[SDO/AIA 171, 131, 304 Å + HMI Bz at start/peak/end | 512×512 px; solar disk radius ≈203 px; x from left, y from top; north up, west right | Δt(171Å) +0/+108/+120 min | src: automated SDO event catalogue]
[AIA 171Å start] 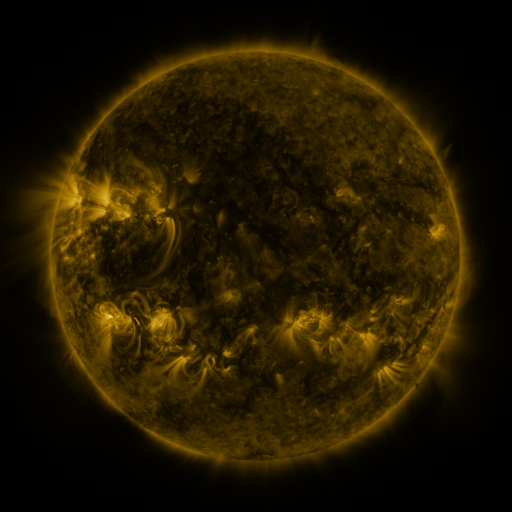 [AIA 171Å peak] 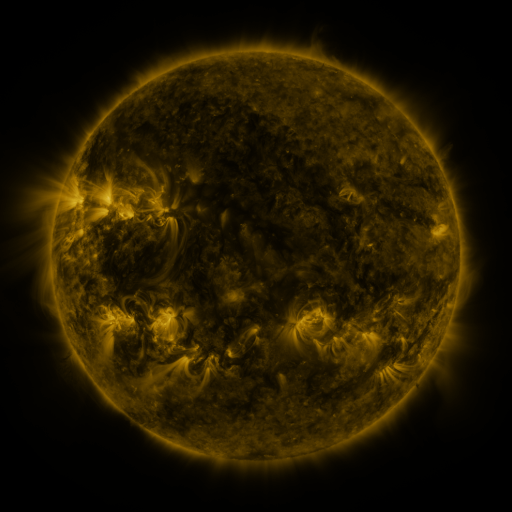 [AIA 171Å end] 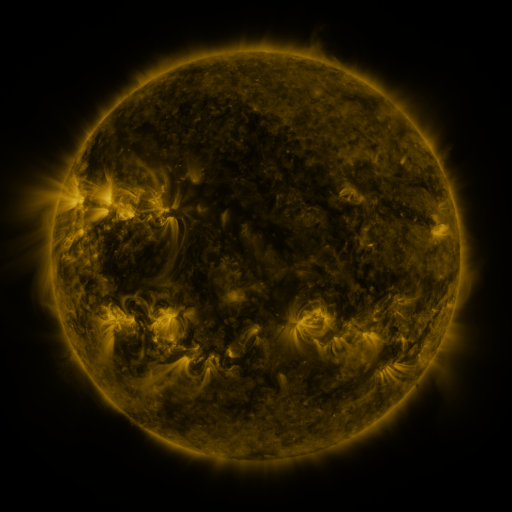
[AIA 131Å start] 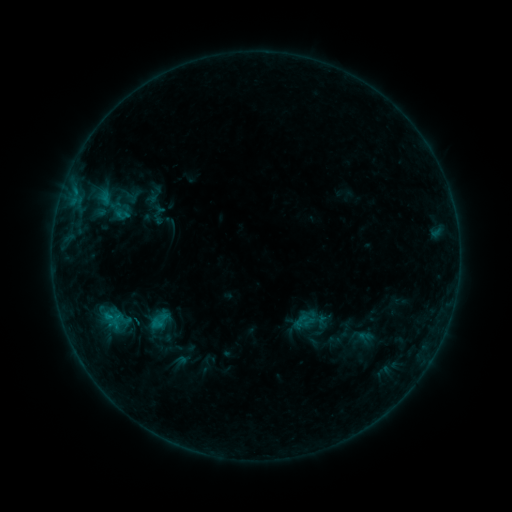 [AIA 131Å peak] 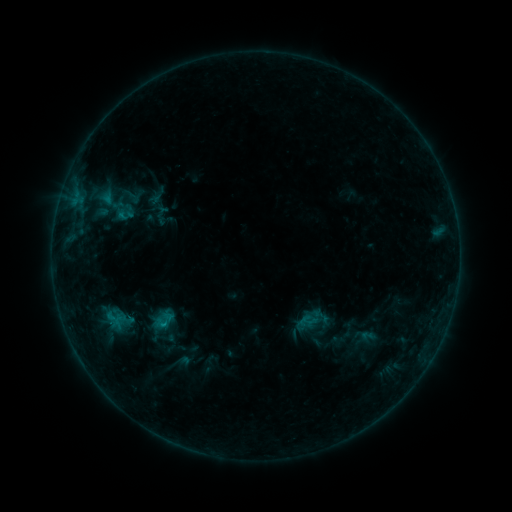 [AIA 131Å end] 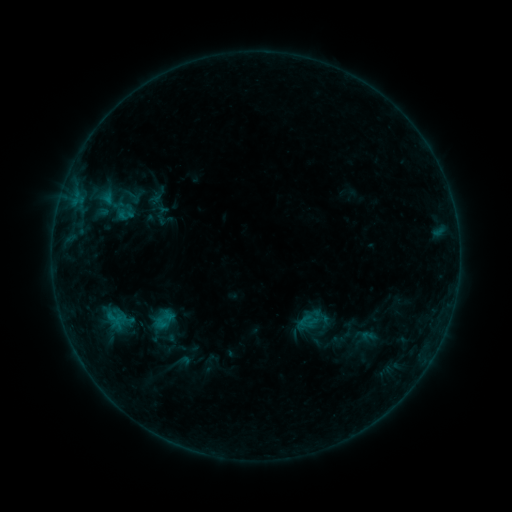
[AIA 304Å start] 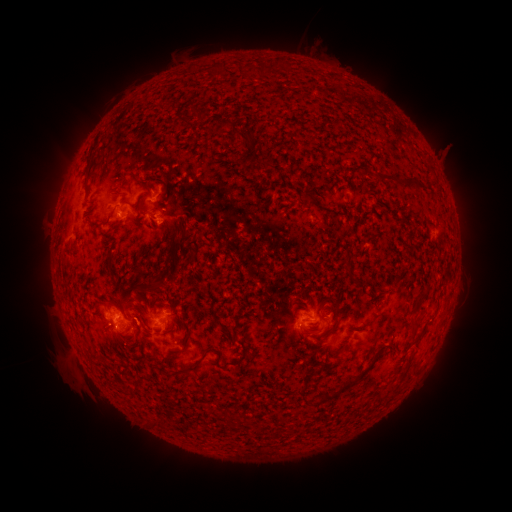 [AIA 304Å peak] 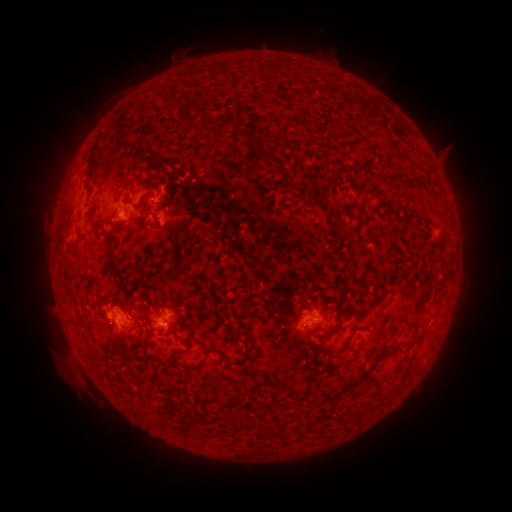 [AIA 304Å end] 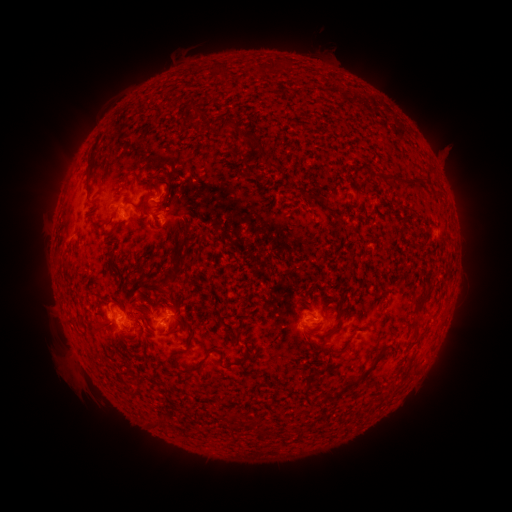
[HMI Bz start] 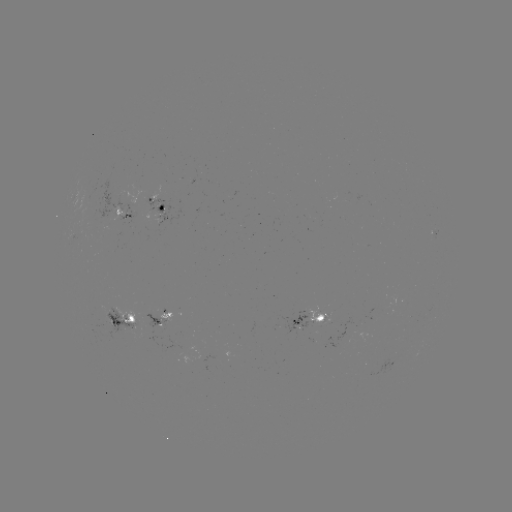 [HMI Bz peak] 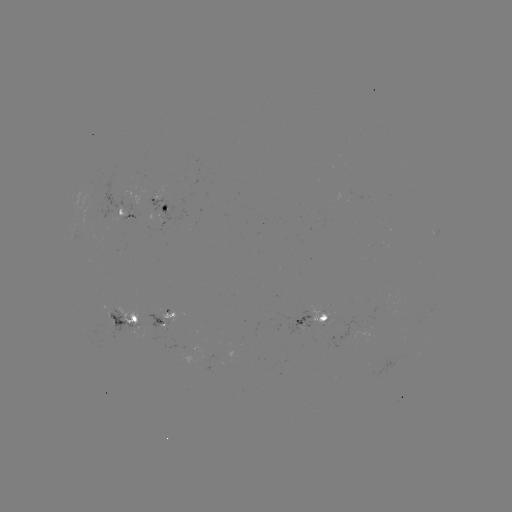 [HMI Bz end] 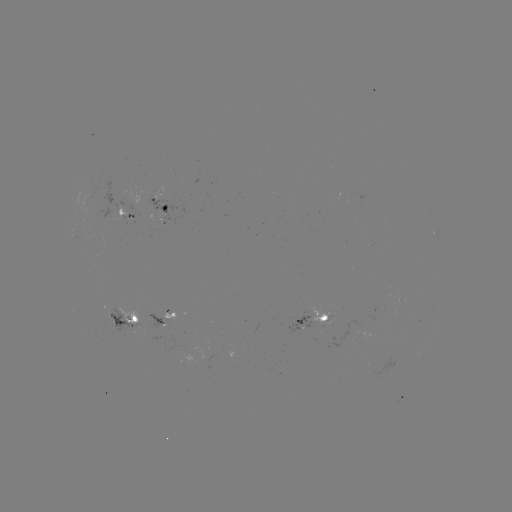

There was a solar emerging-flux region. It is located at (327, 315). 